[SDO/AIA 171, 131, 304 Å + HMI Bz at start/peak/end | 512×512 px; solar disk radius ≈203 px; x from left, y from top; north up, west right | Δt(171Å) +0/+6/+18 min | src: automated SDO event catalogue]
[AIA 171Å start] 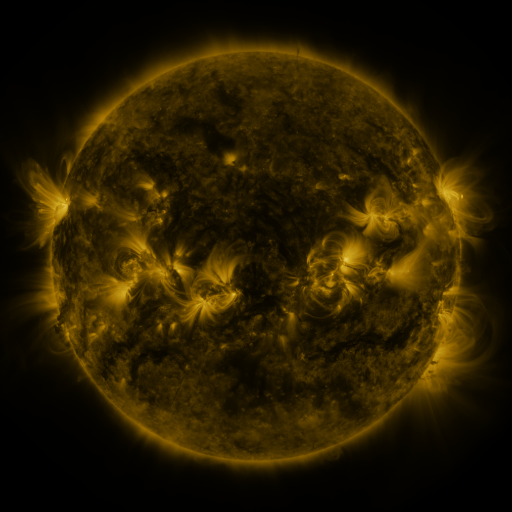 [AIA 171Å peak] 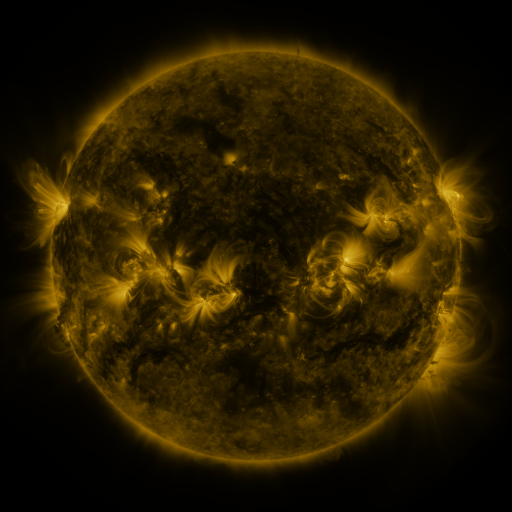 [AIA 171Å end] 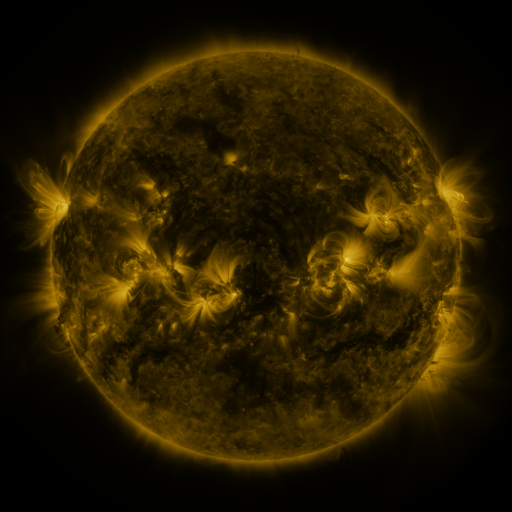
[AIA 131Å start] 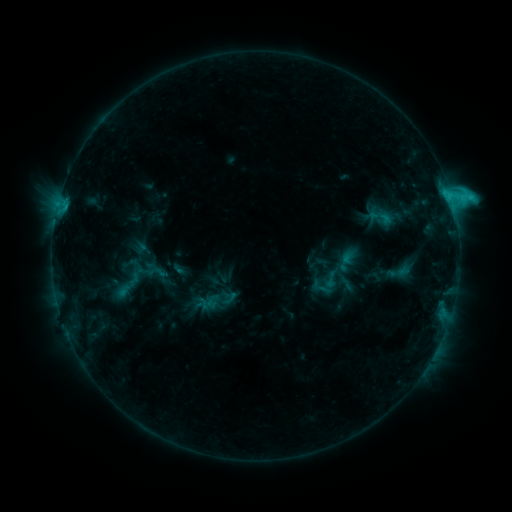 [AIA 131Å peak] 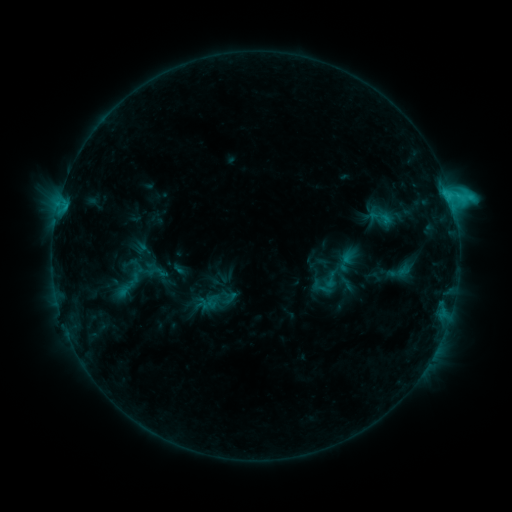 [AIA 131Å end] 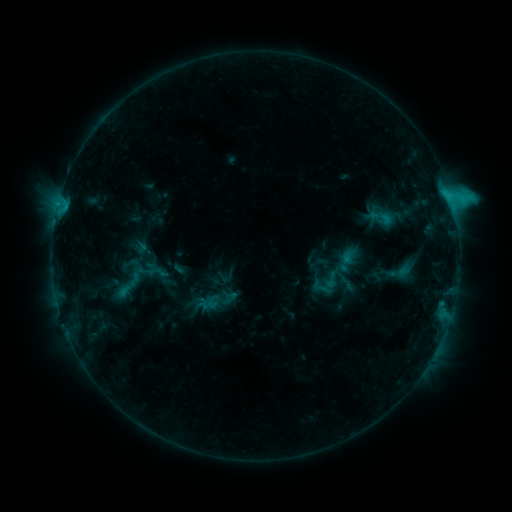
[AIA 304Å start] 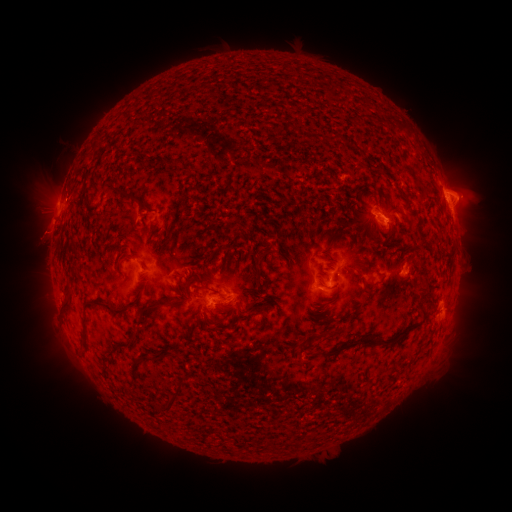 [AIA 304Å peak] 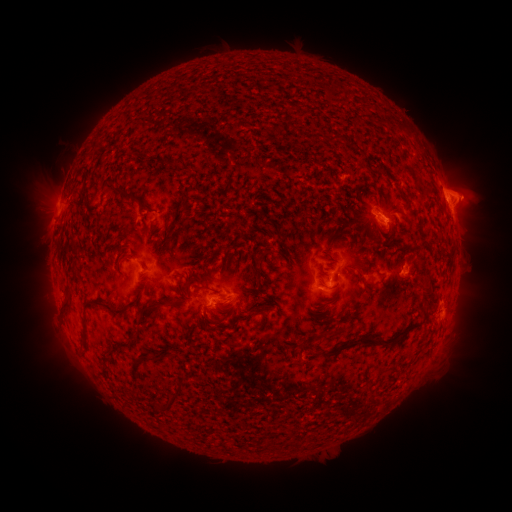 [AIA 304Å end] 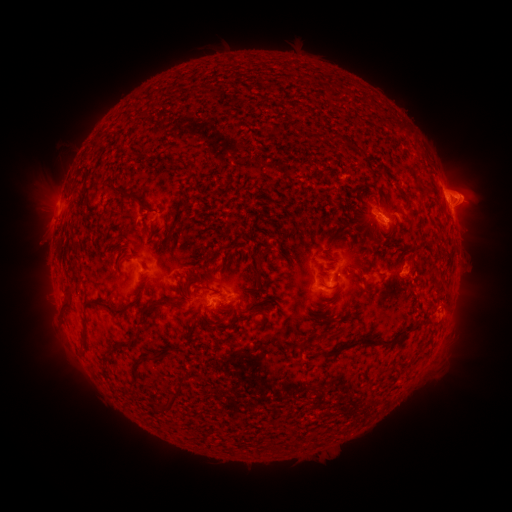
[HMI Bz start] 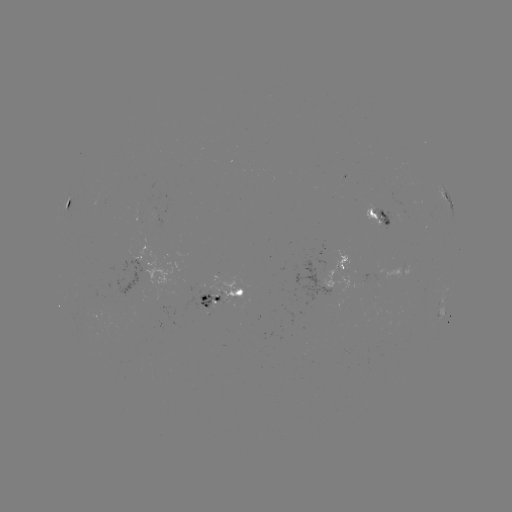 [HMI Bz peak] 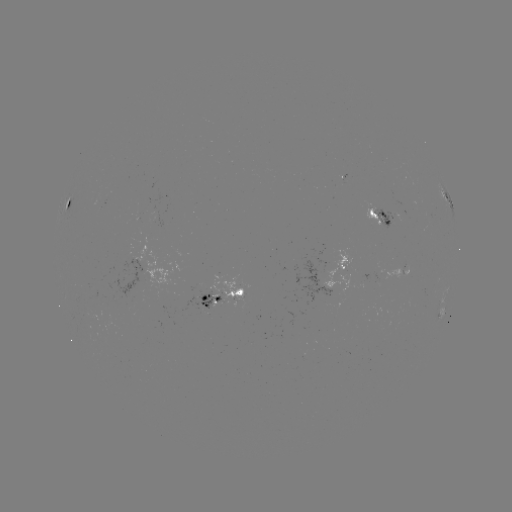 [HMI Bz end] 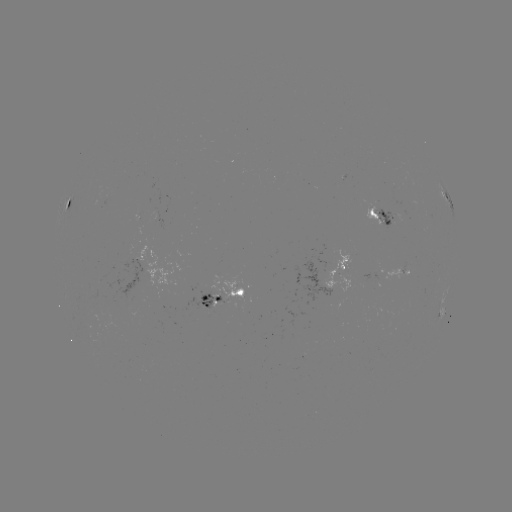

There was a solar eruption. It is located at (431, 294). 